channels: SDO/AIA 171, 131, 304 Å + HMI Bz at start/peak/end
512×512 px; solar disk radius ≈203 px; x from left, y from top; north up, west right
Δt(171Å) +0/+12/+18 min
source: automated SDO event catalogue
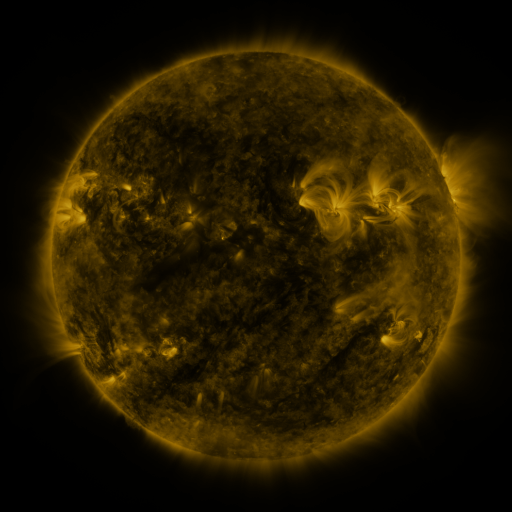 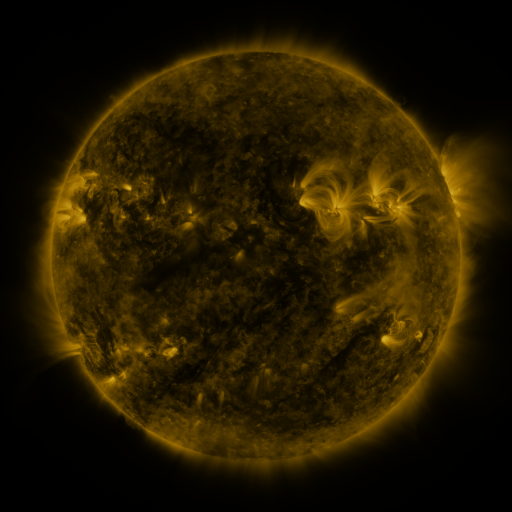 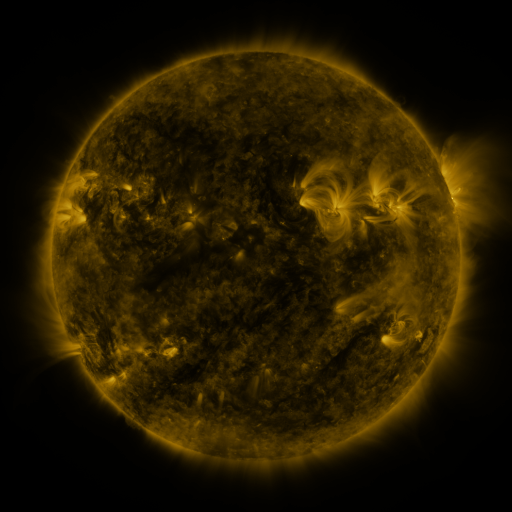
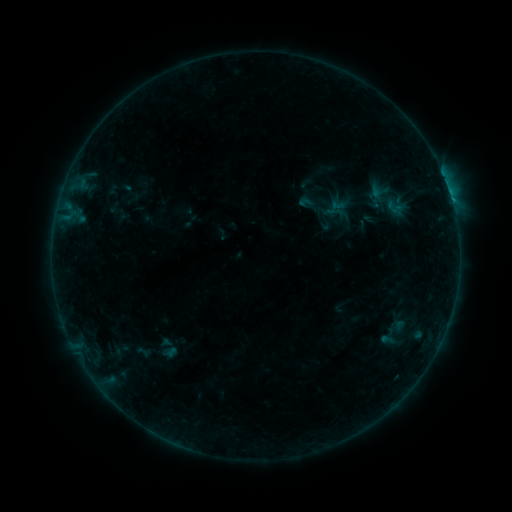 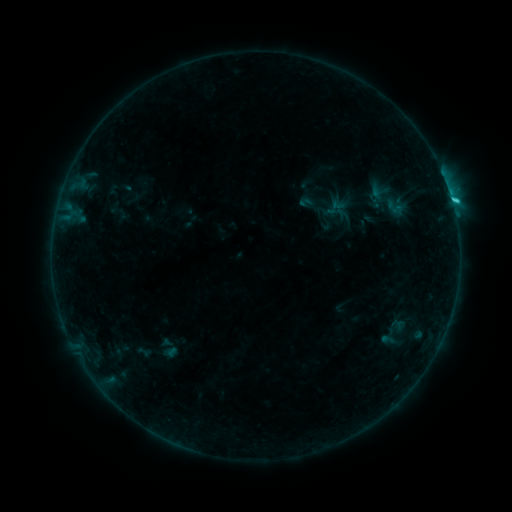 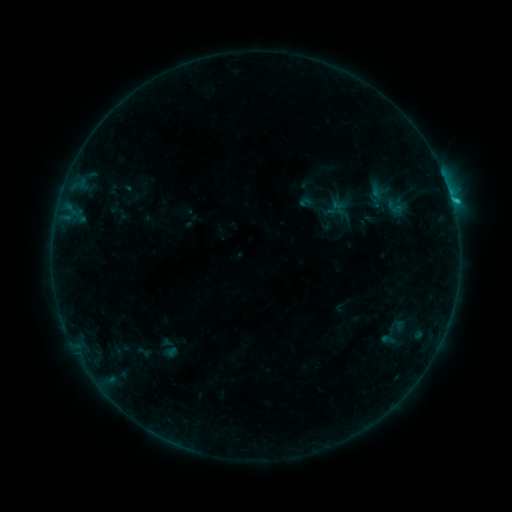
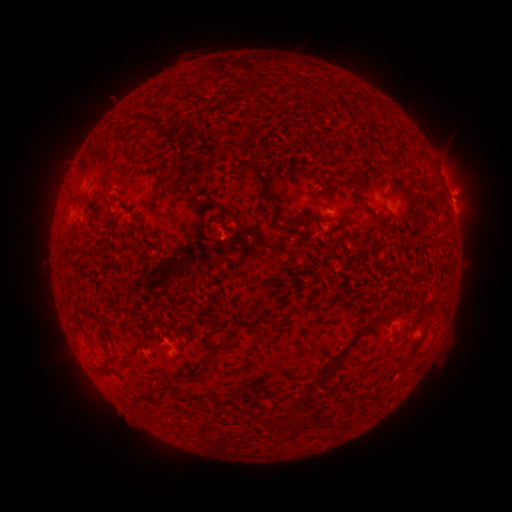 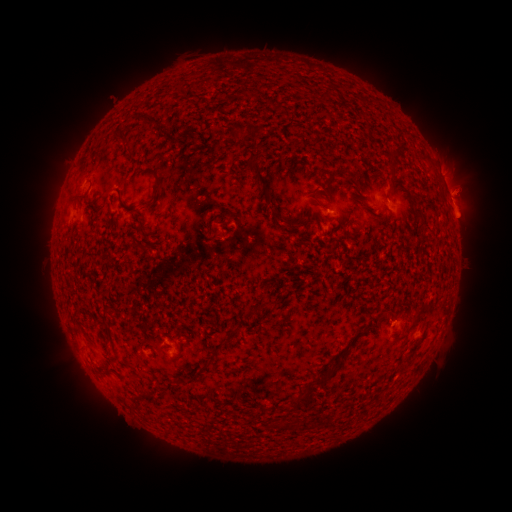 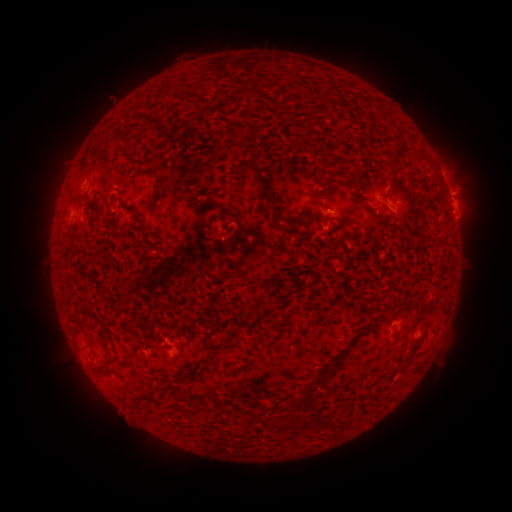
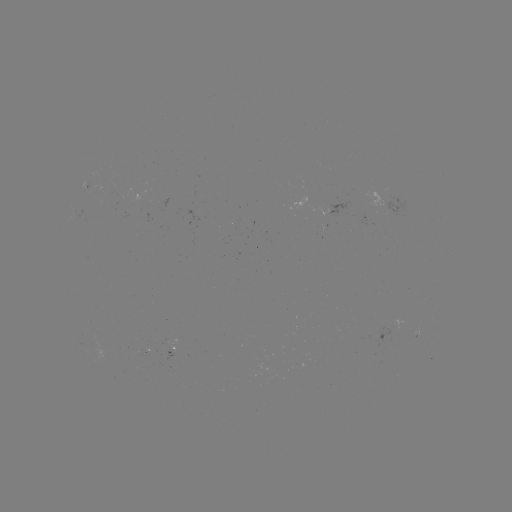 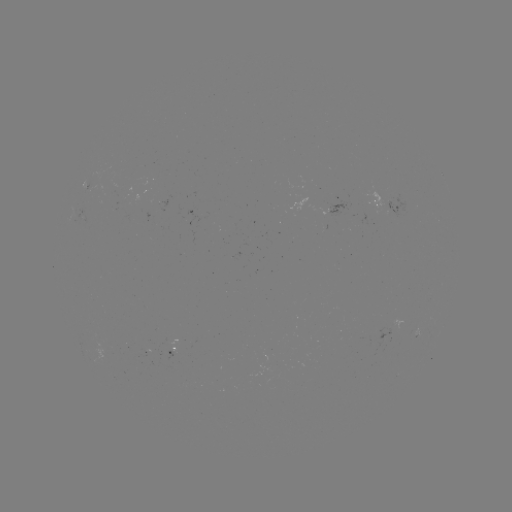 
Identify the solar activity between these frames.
C1.3 flare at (452, 204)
